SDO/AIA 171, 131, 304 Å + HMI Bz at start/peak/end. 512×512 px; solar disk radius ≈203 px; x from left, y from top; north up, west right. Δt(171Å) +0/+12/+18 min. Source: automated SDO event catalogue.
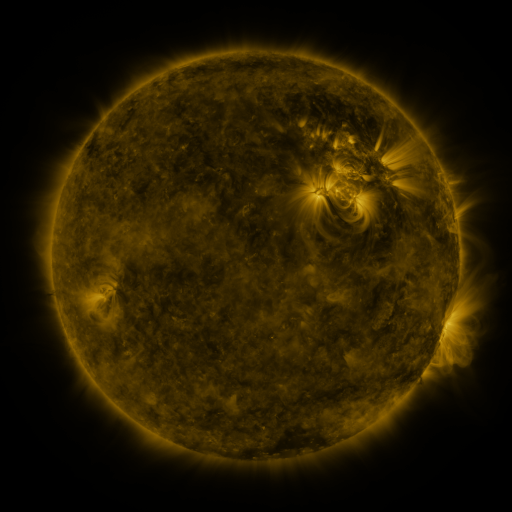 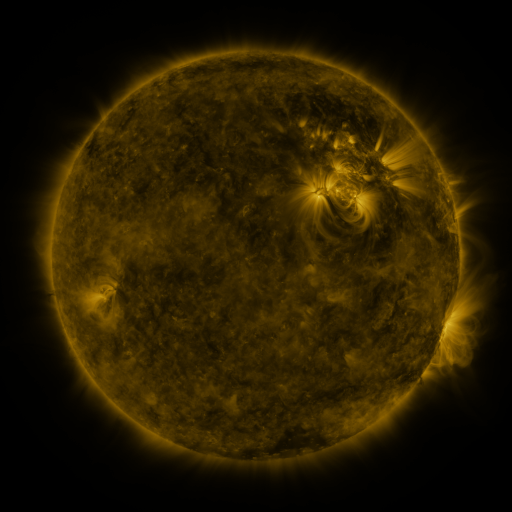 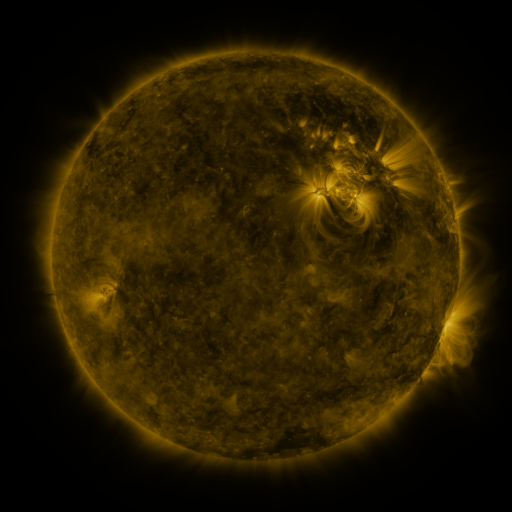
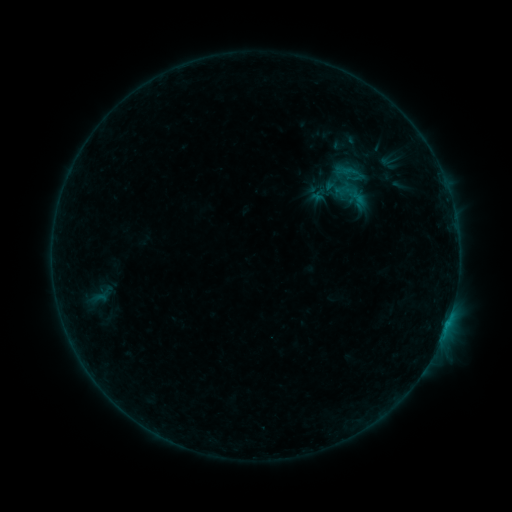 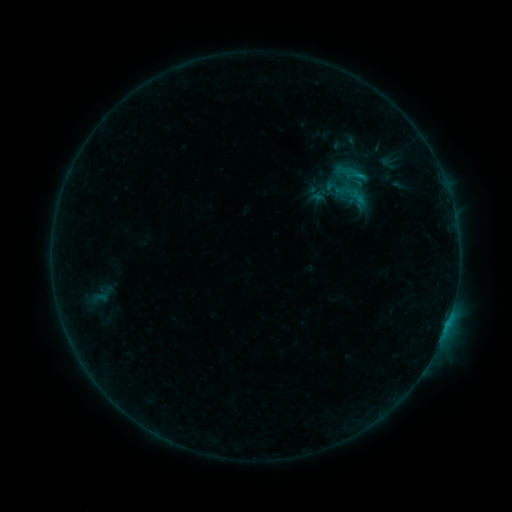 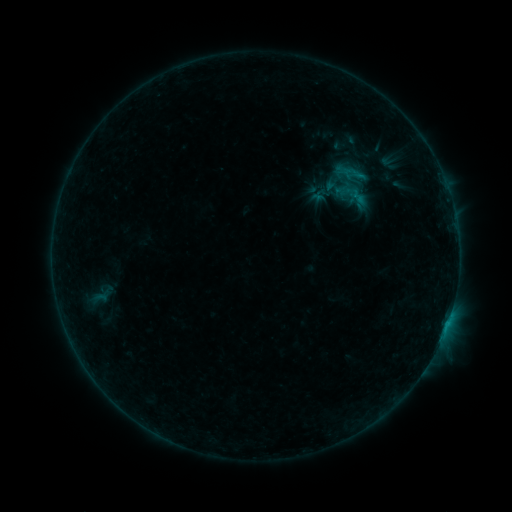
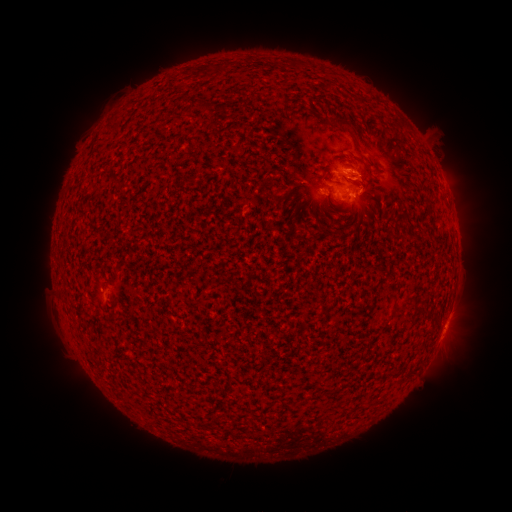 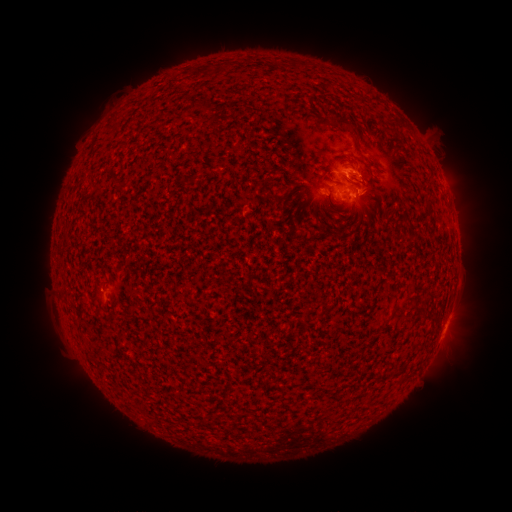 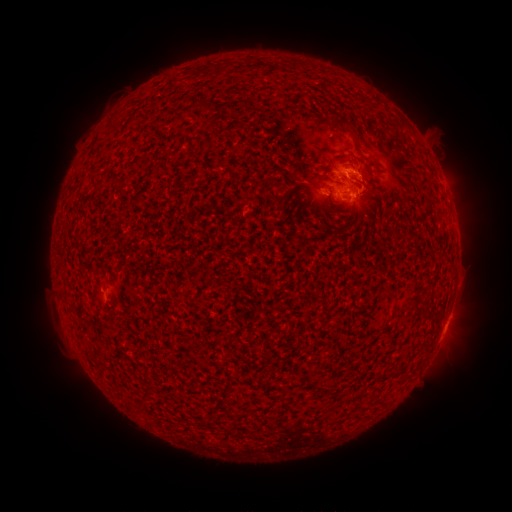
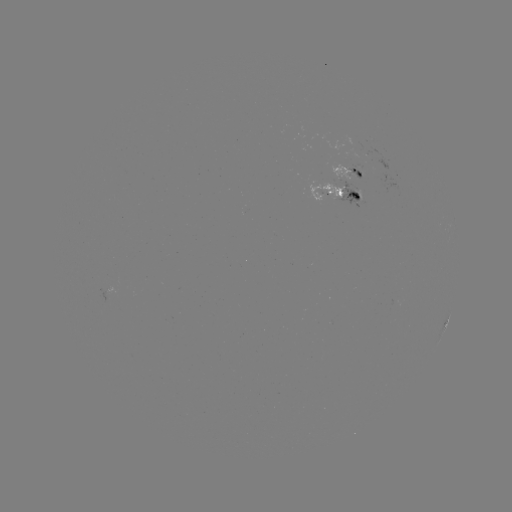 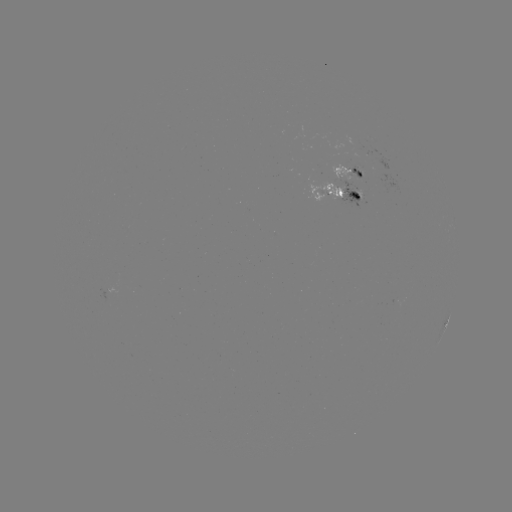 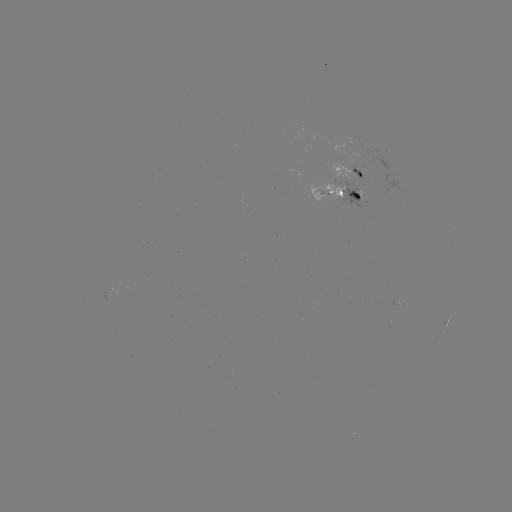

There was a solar flare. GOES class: B6.8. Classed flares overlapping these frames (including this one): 1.